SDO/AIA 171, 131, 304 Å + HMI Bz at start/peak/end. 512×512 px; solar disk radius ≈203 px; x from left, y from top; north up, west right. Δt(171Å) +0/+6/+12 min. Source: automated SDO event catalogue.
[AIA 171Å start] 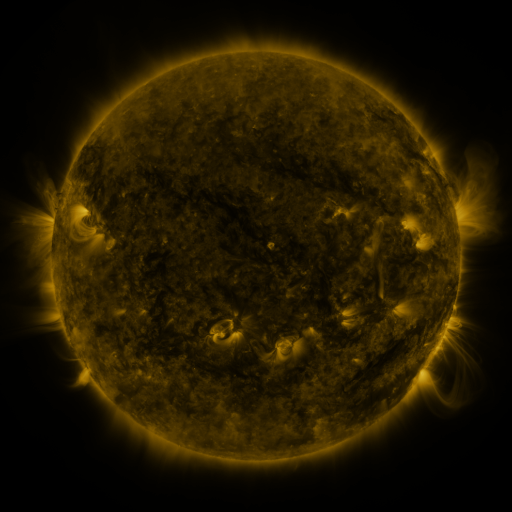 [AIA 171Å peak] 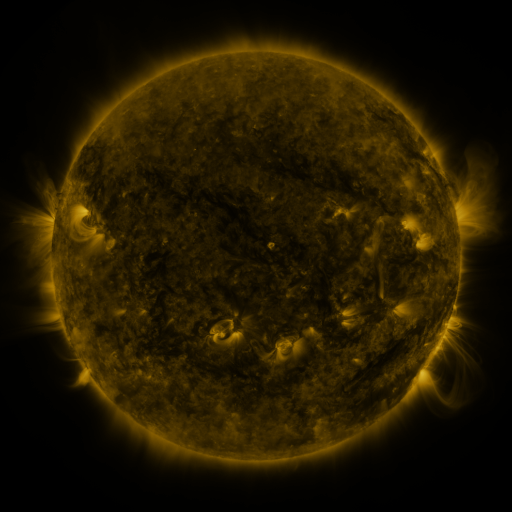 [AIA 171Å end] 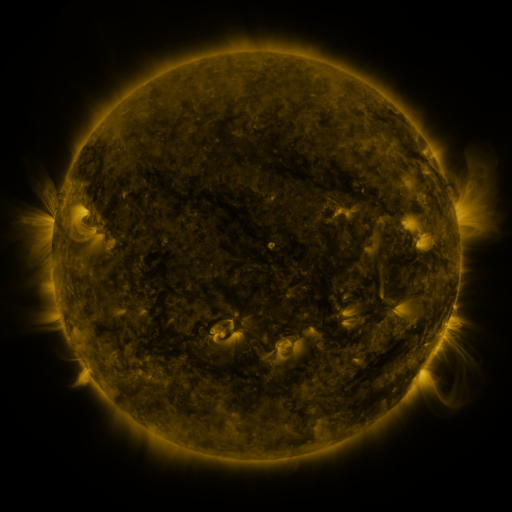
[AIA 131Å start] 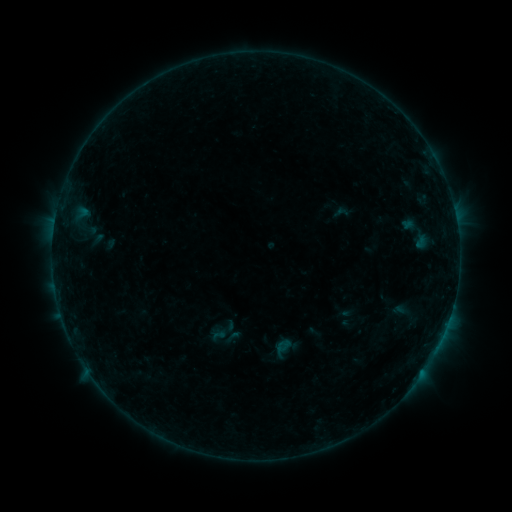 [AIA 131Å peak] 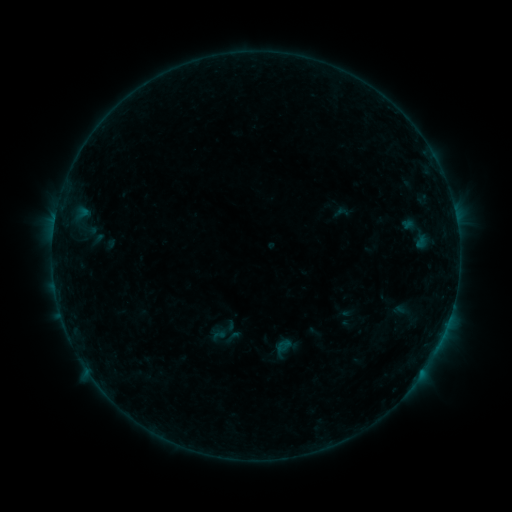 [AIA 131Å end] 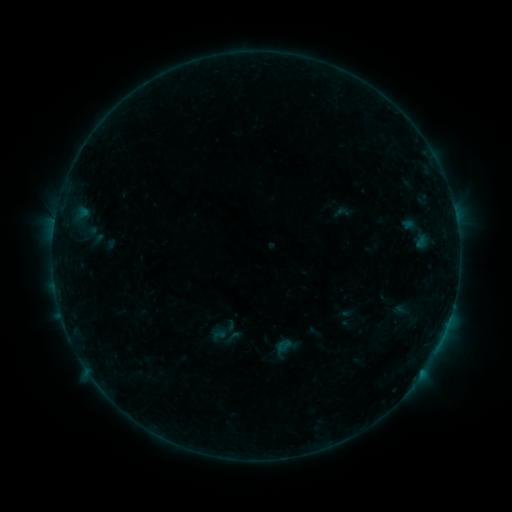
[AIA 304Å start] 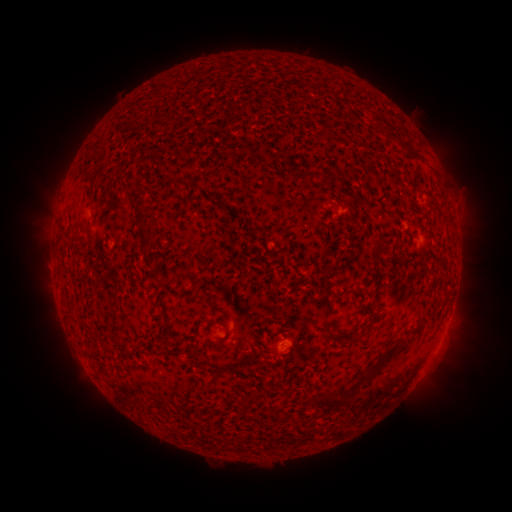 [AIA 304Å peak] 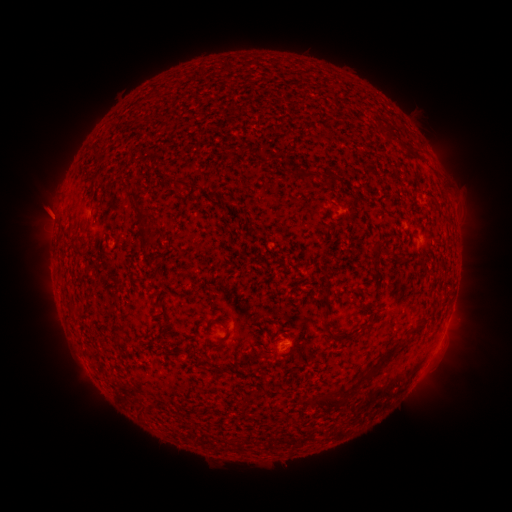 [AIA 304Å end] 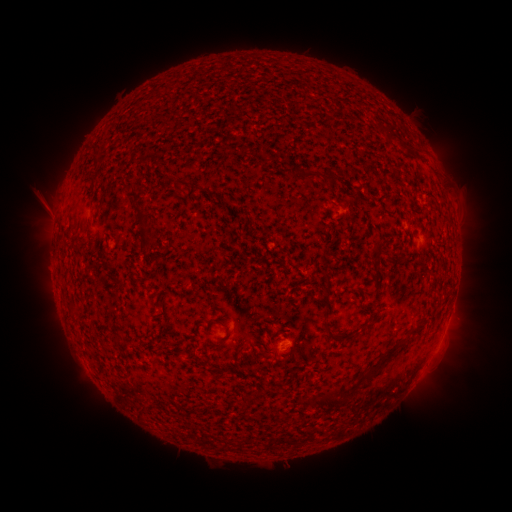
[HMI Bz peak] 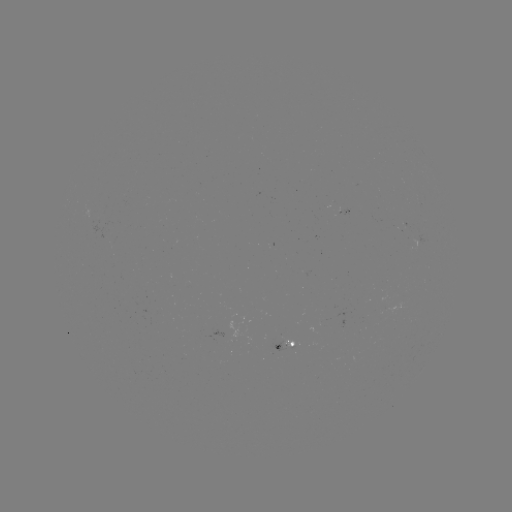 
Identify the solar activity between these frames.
eruption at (48, 213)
